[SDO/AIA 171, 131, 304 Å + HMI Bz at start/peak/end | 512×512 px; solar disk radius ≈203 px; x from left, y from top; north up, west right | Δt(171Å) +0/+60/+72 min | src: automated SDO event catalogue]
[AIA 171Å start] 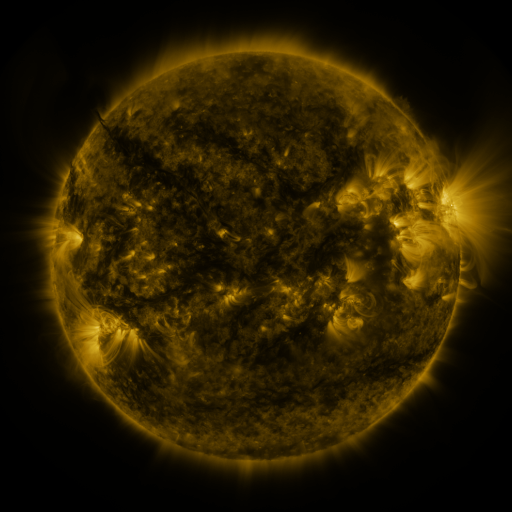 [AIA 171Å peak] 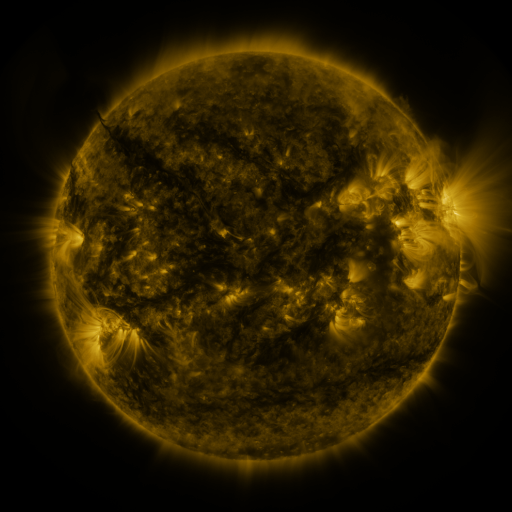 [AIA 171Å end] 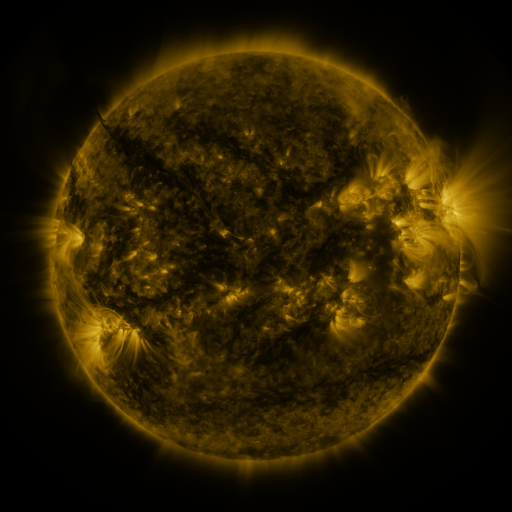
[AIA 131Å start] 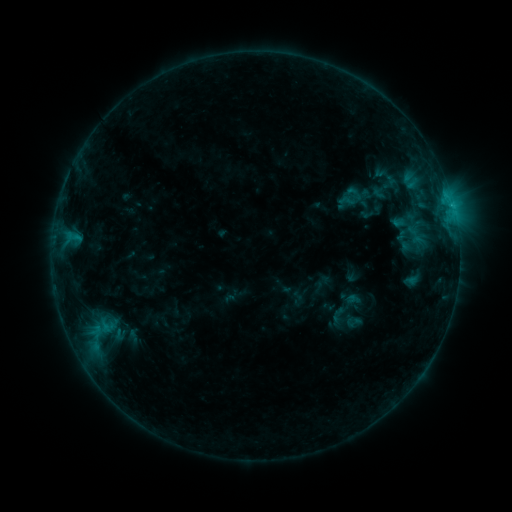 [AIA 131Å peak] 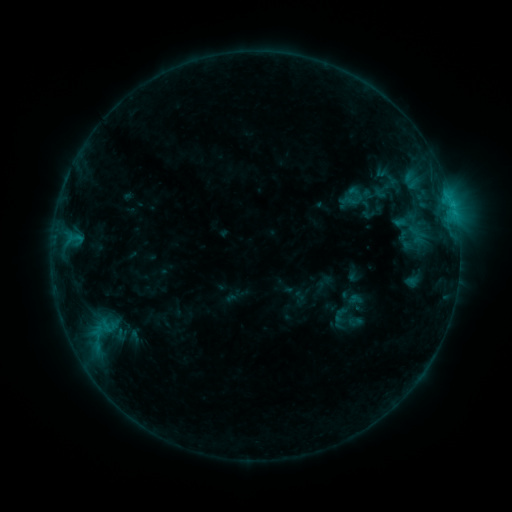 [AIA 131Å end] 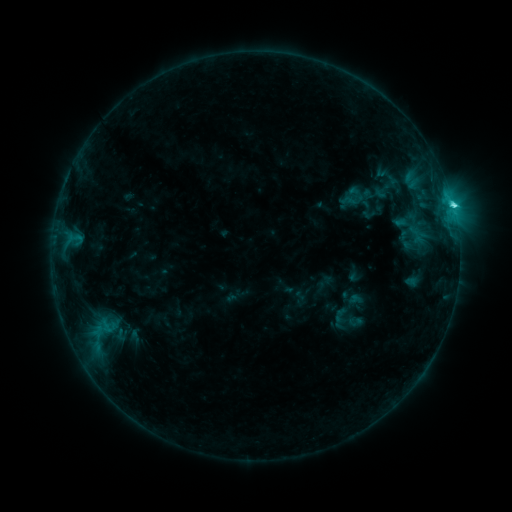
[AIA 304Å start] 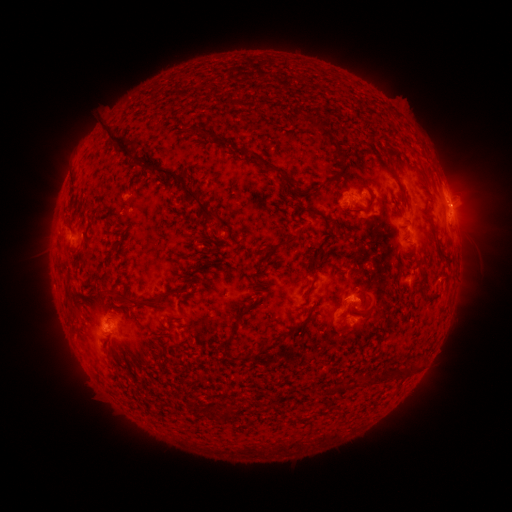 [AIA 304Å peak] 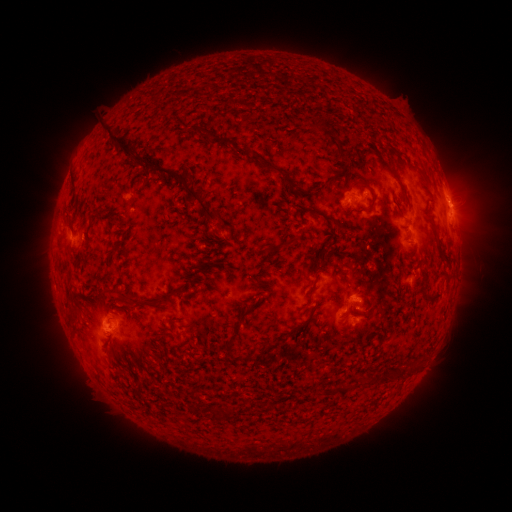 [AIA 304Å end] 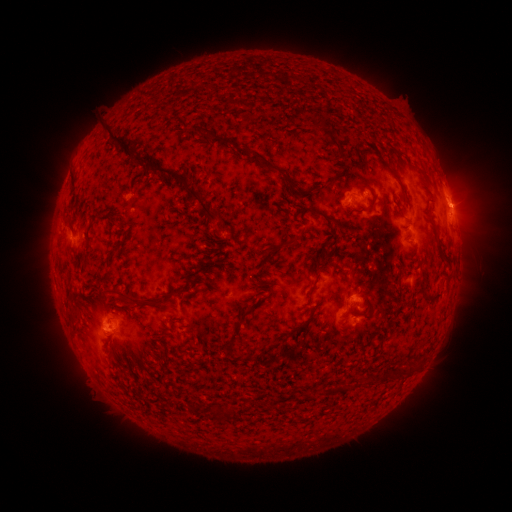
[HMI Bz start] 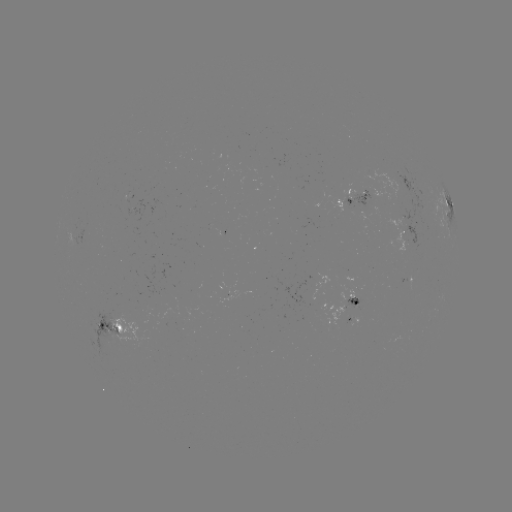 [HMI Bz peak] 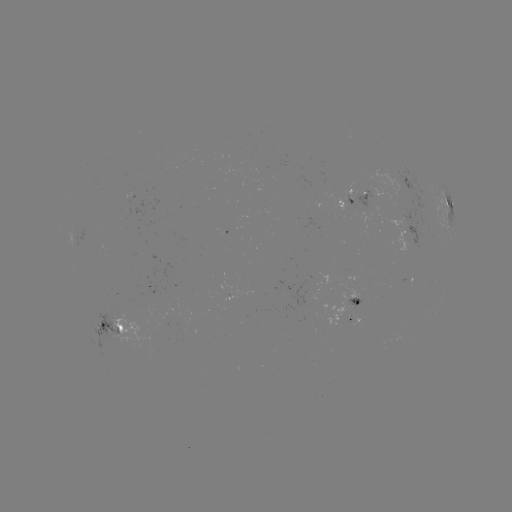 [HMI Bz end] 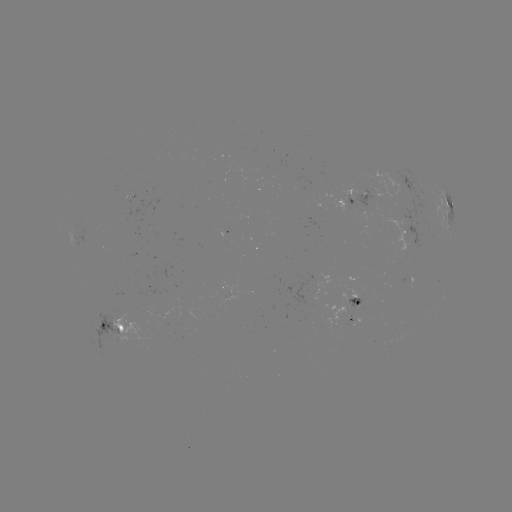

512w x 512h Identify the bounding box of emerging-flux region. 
[83, 311, 127, 347].